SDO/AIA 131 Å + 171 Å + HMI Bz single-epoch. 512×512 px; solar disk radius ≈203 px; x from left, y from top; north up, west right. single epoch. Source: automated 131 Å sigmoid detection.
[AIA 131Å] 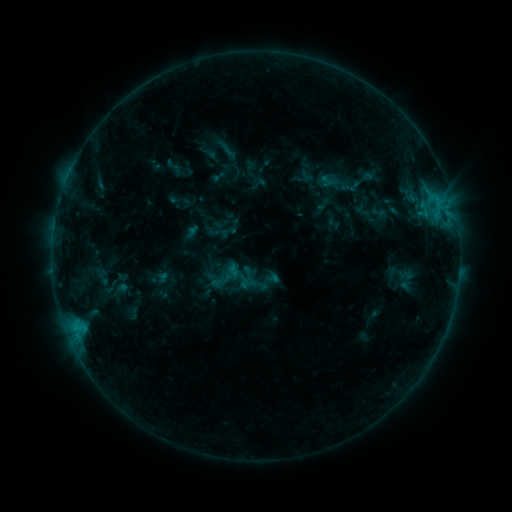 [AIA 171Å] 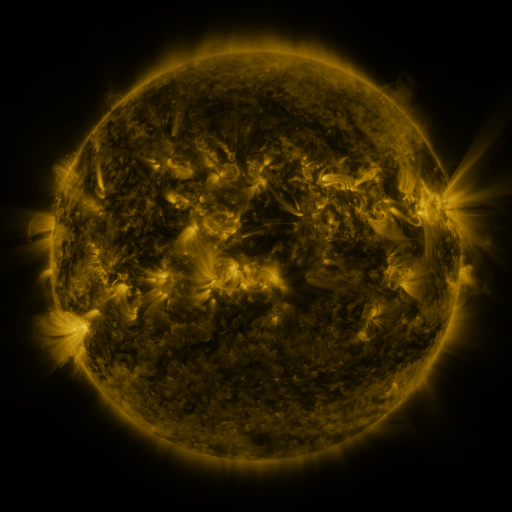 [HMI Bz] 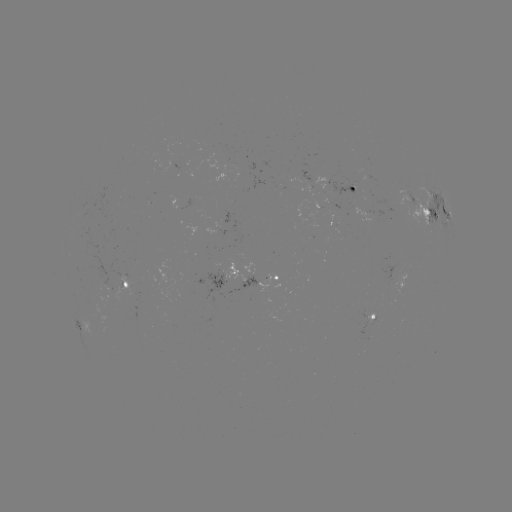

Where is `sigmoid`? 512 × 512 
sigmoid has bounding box [213, 131, 239, 157].